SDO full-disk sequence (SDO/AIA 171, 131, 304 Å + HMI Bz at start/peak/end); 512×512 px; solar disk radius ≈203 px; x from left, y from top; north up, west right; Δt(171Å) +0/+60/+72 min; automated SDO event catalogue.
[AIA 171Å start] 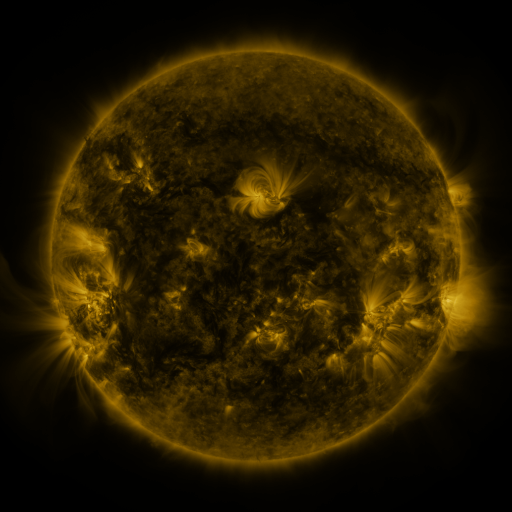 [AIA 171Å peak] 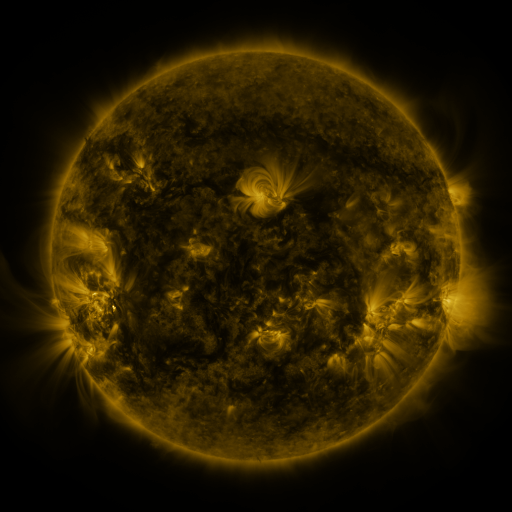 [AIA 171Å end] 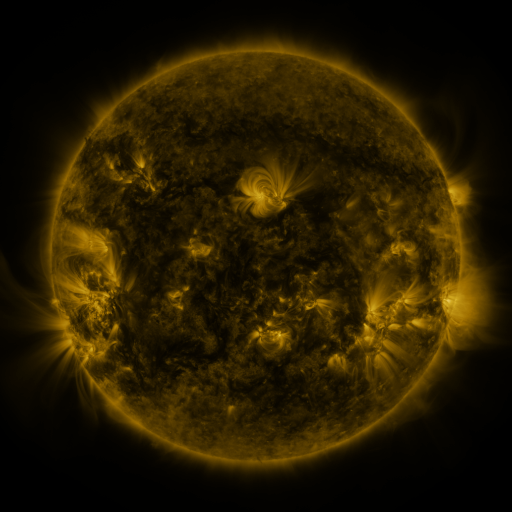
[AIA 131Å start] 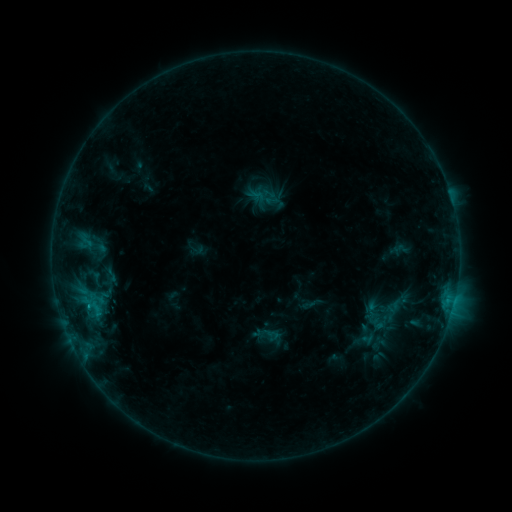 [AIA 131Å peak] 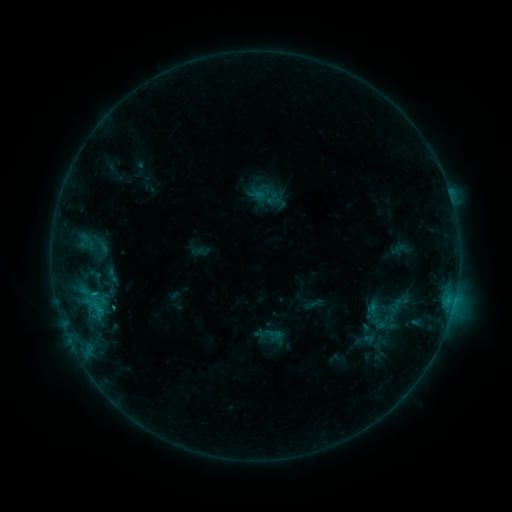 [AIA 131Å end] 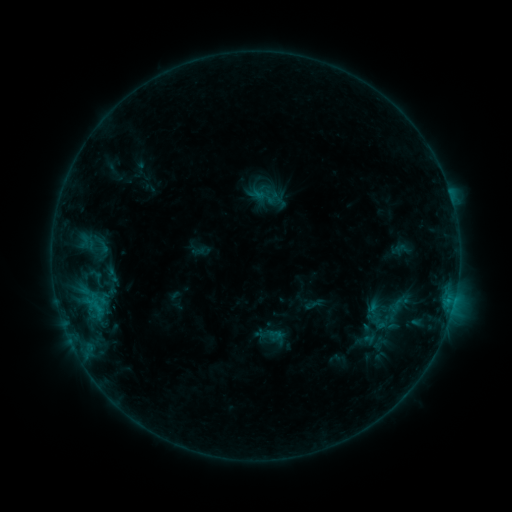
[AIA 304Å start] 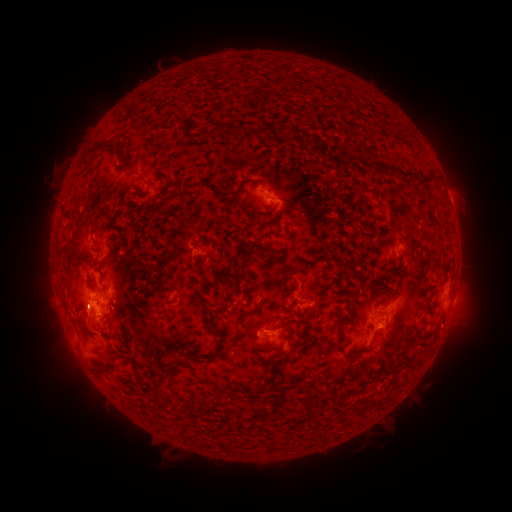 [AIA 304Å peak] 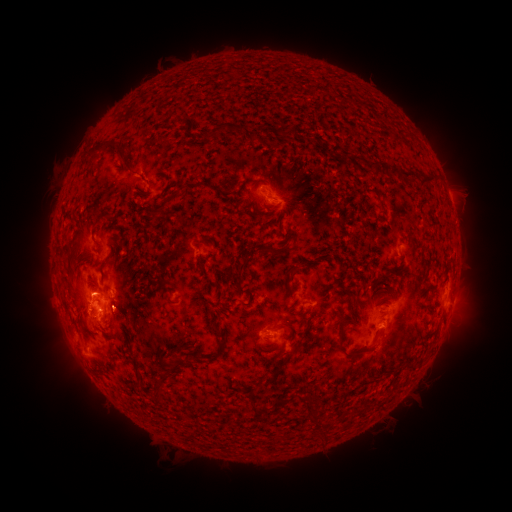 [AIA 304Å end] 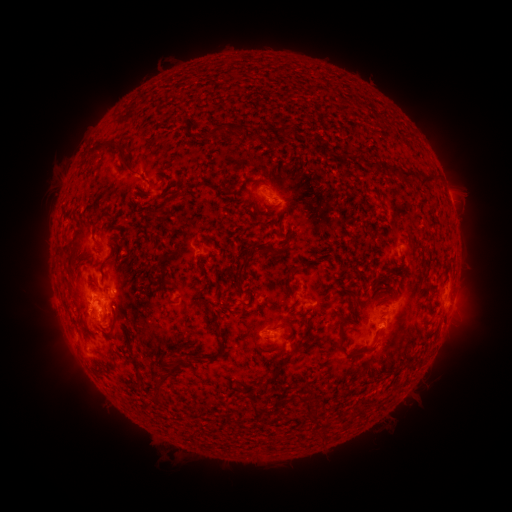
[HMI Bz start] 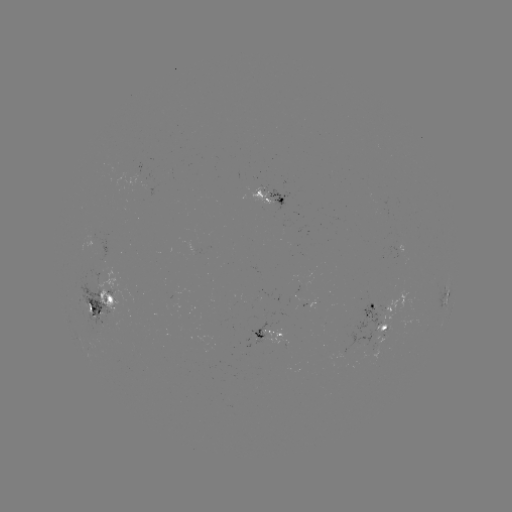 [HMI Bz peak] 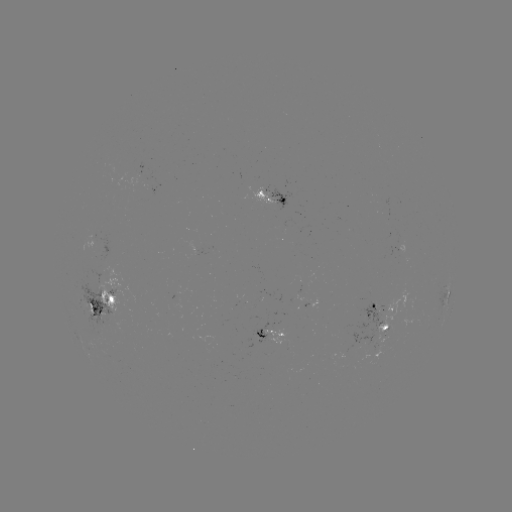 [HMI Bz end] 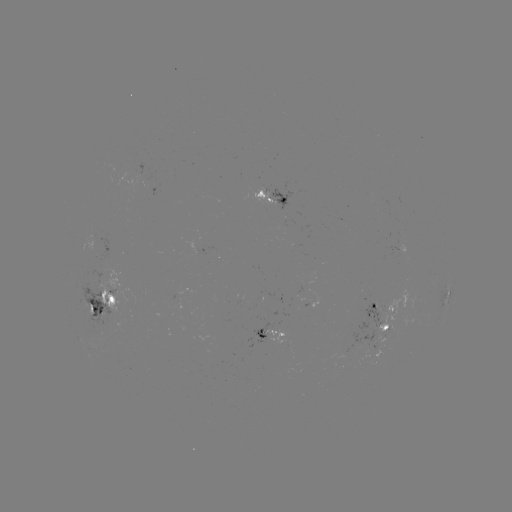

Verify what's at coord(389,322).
emerging-flux region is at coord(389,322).